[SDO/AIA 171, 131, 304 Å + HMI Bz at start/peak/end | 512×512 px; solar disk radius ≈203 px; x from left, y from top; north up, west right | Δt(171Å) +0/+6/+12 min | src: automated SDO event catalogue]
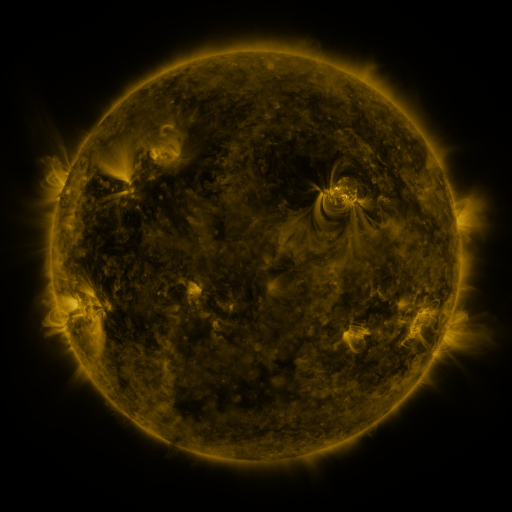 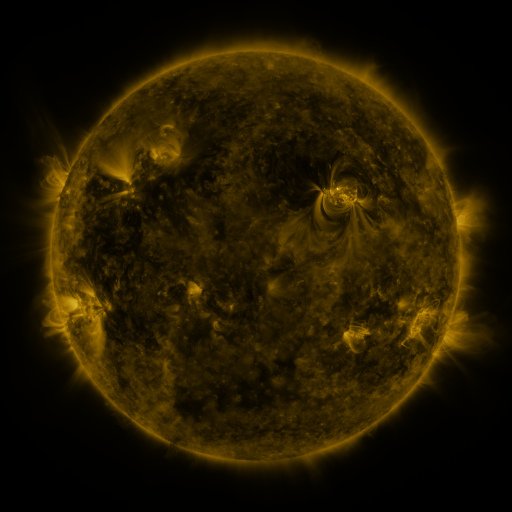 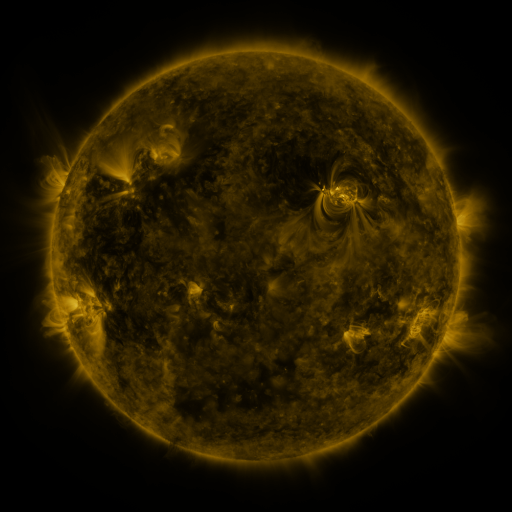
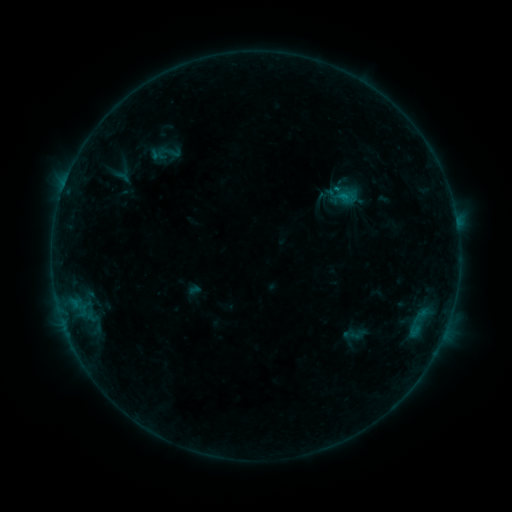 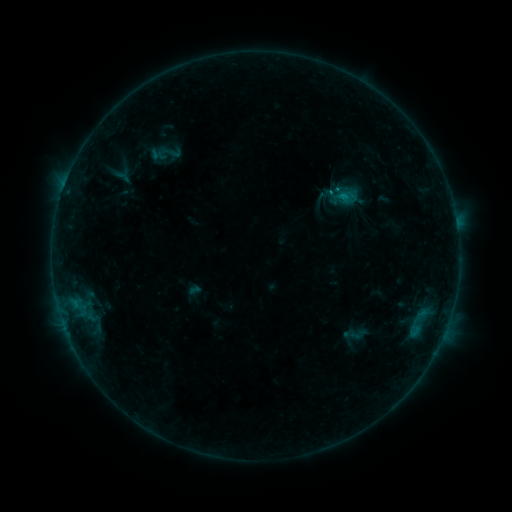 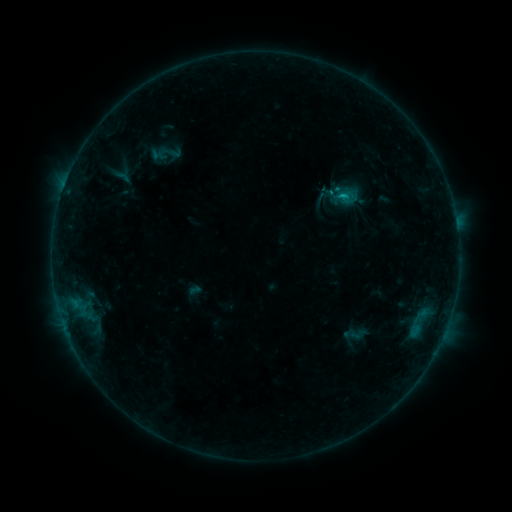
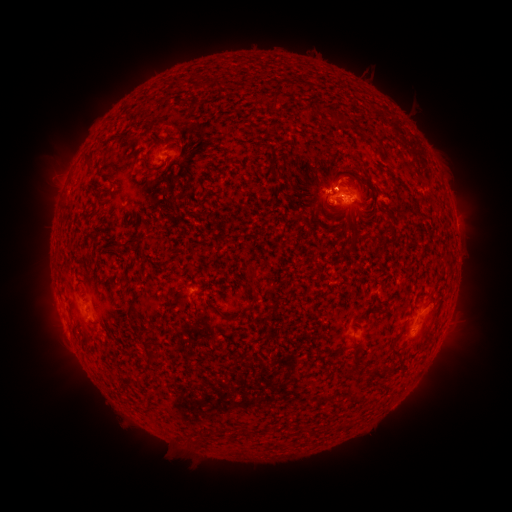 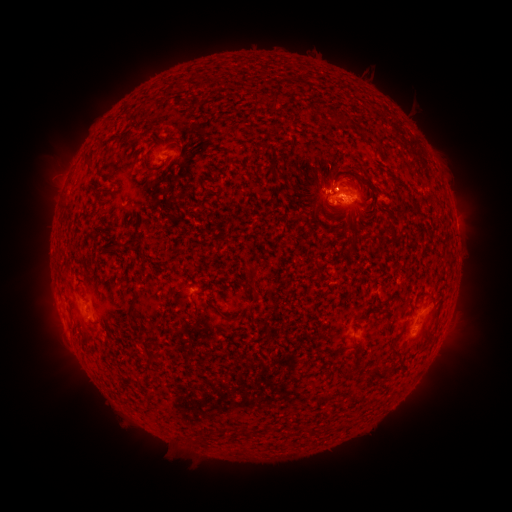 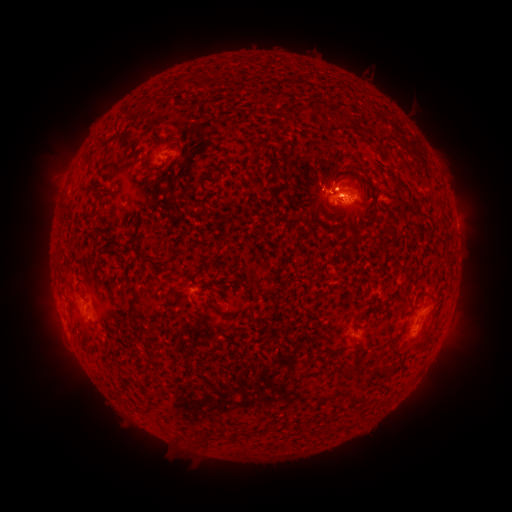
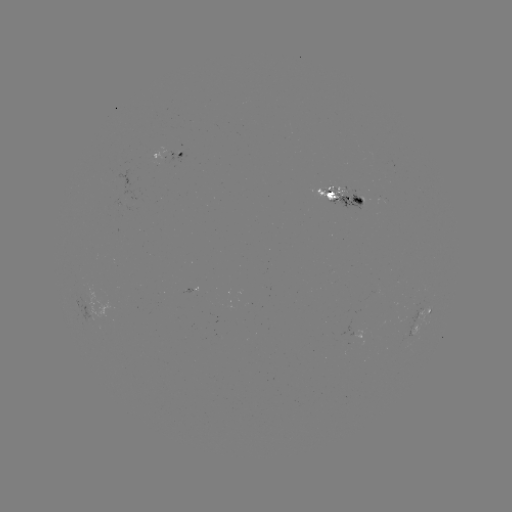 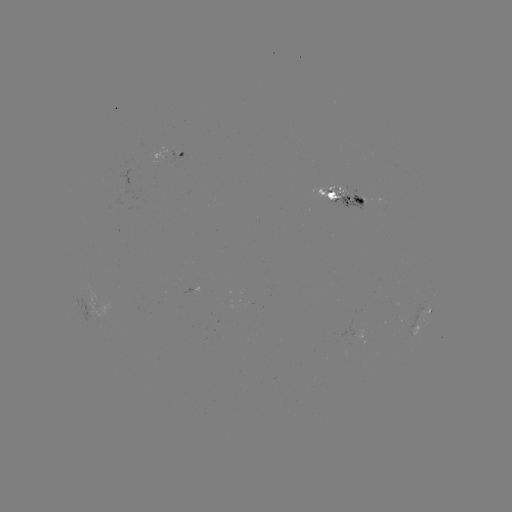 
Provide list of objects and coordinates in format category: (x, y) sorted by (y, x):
B9.5 flare: (330, 194)
